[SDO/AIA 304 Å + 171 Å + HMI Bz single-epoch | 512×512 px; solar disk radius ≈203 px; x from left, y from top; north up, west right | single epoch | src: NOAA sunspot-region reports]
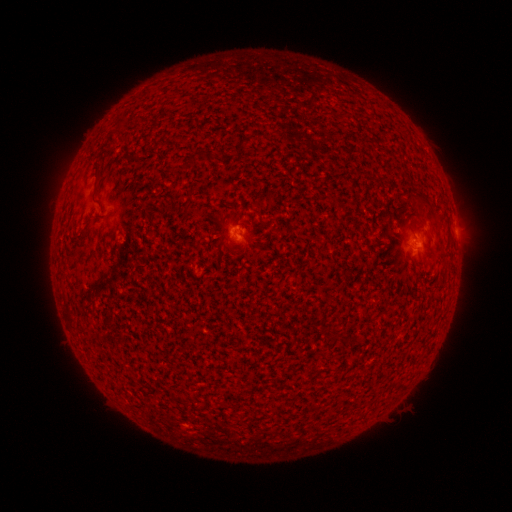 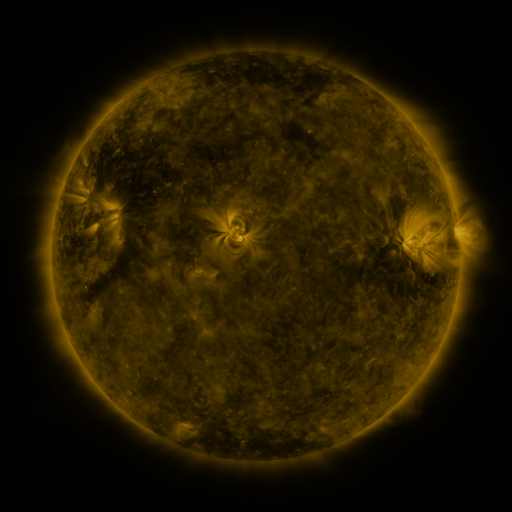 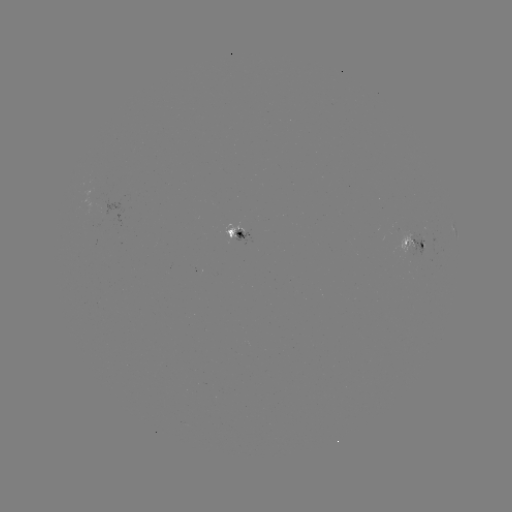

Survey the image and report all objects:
spotted active region: (454, 228)
spotted active region: (234, 233)
spotted active region: (415, 242)
